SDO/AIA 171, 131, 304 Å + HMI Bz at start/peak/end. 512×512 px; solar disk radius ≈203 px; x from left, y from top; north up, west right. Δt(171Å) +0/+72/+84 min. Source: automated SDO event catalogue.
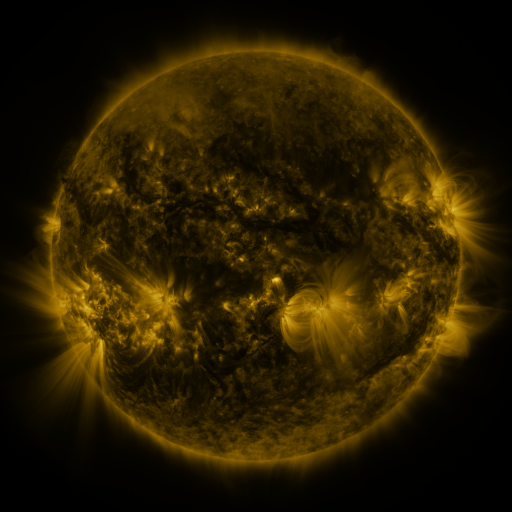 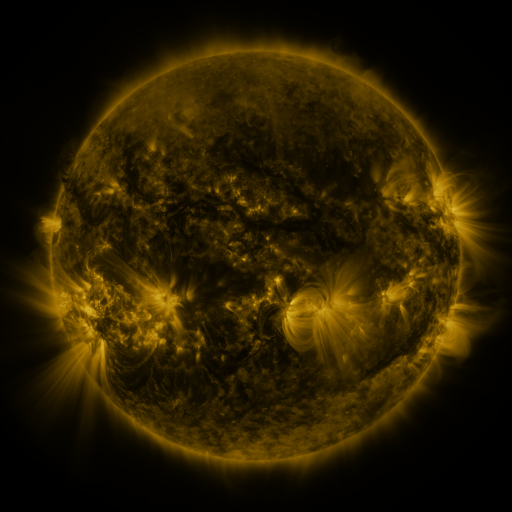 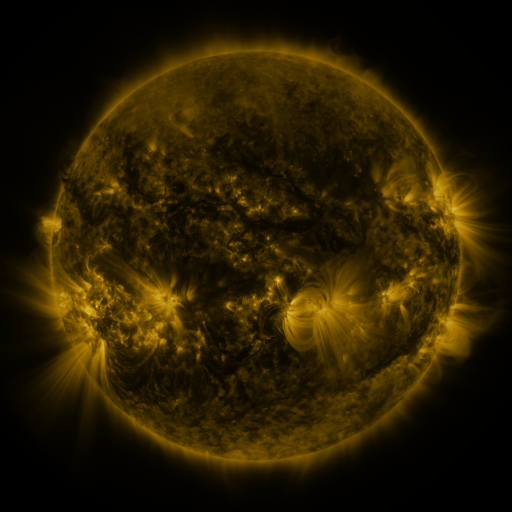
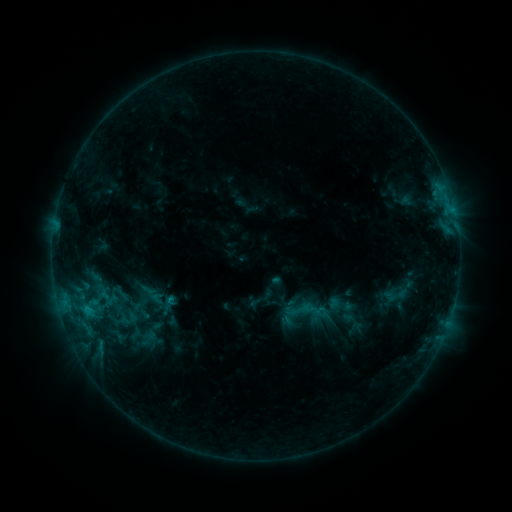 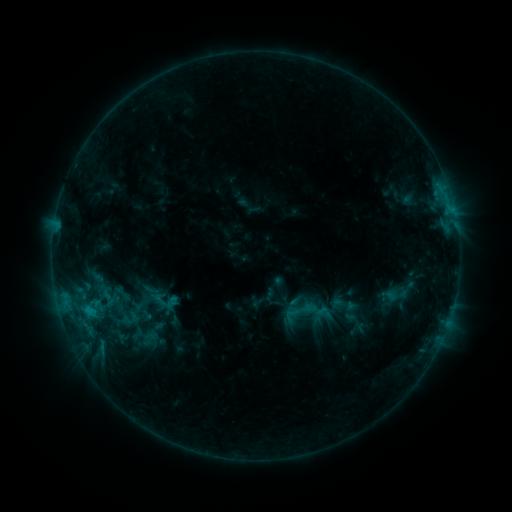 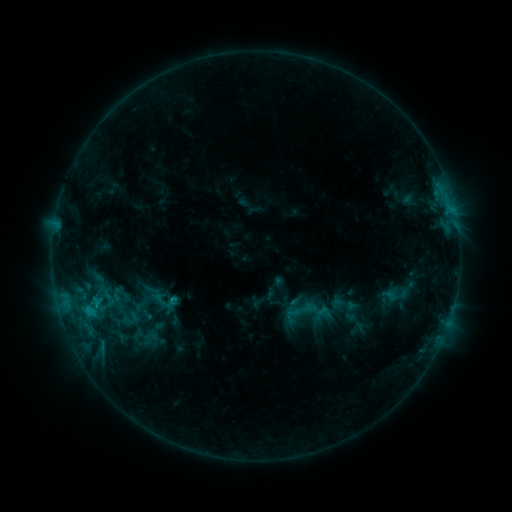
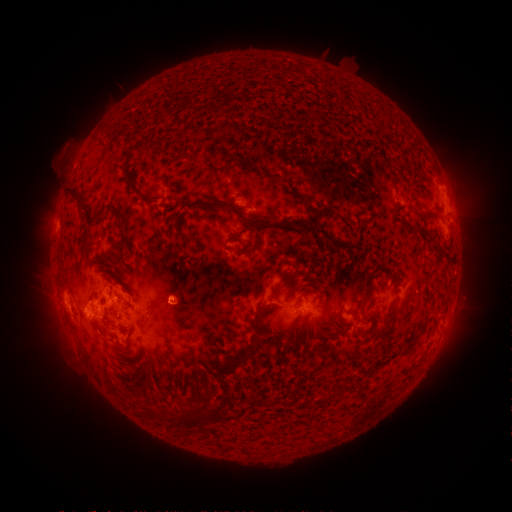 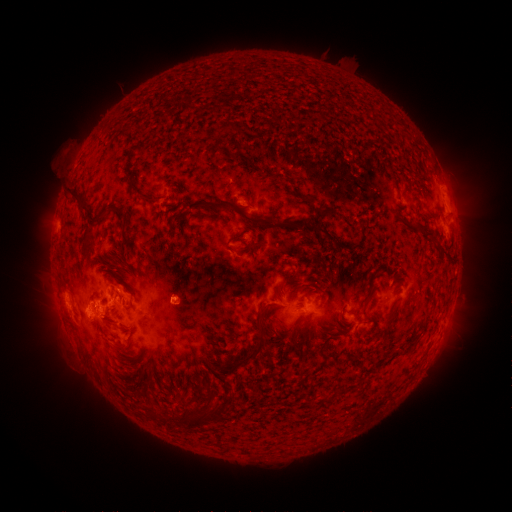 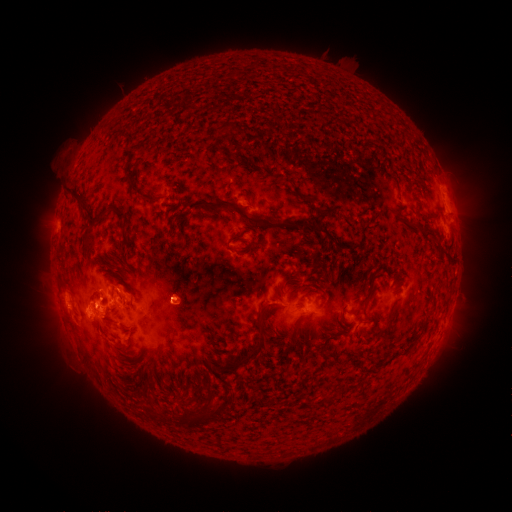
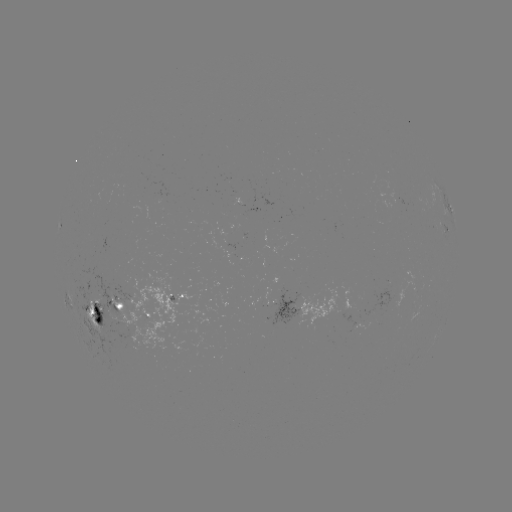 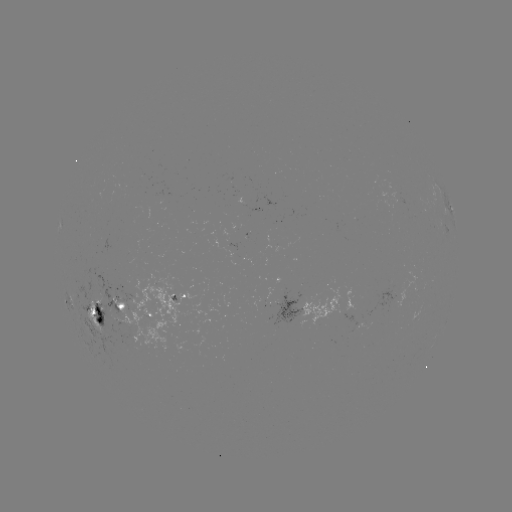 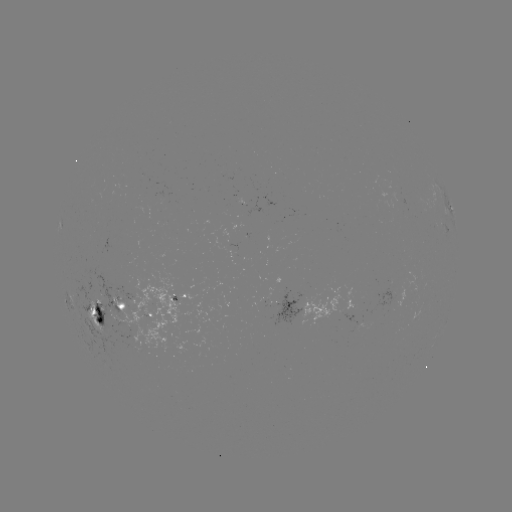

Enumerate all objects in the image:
emerging-flux region: (93, 298)
